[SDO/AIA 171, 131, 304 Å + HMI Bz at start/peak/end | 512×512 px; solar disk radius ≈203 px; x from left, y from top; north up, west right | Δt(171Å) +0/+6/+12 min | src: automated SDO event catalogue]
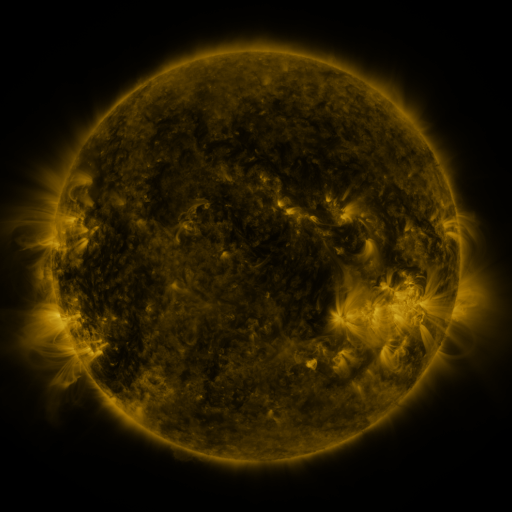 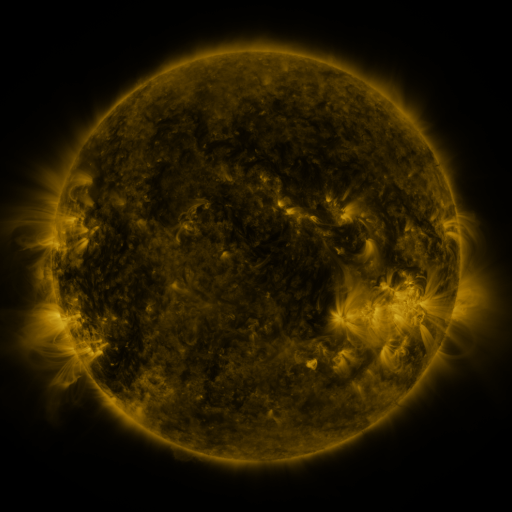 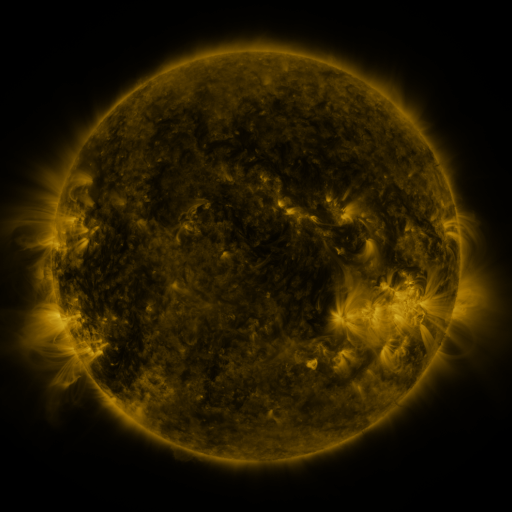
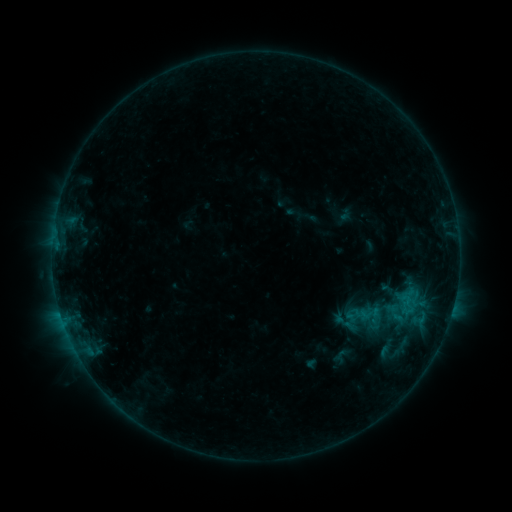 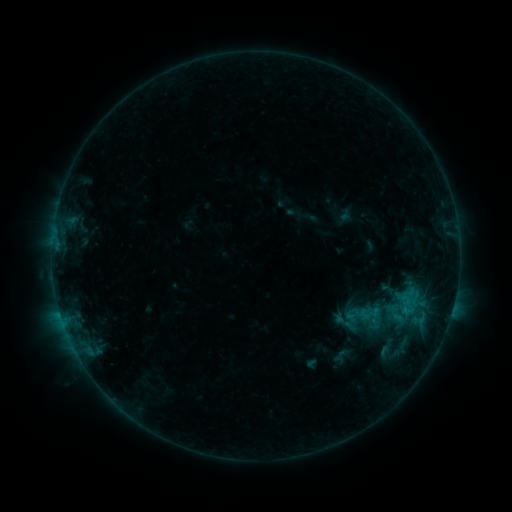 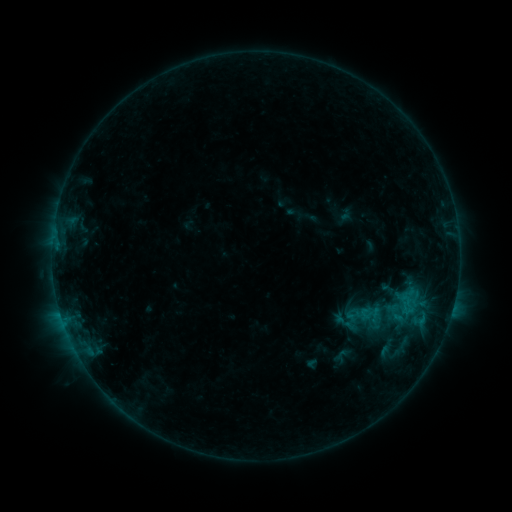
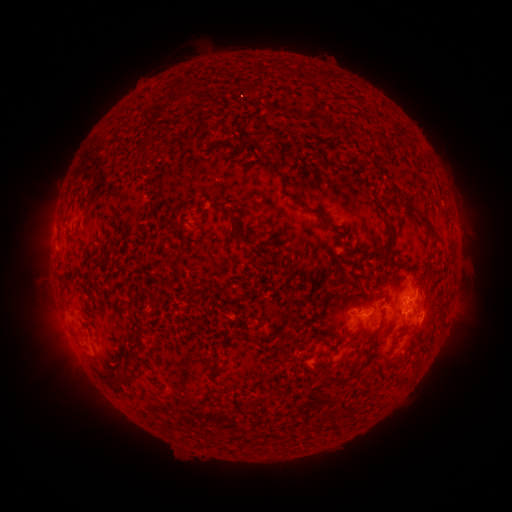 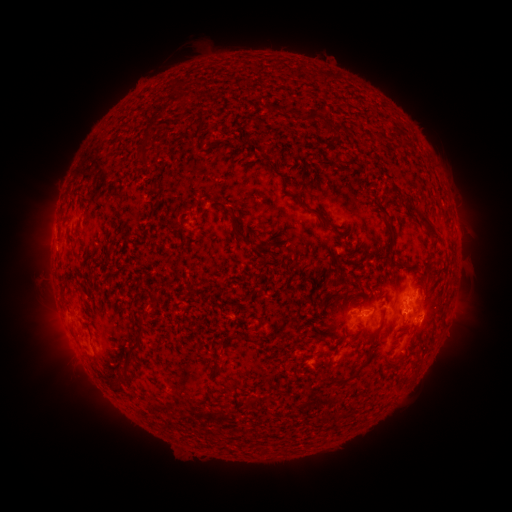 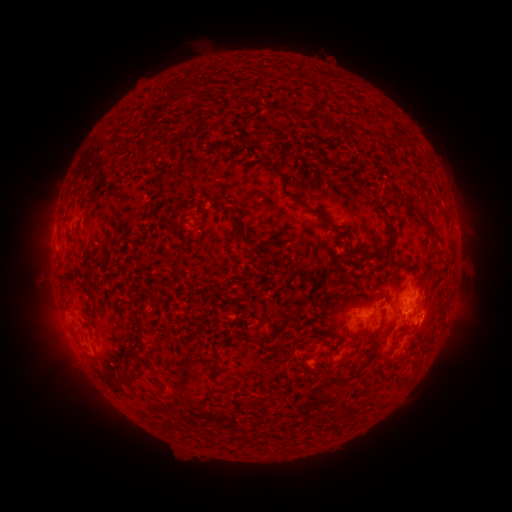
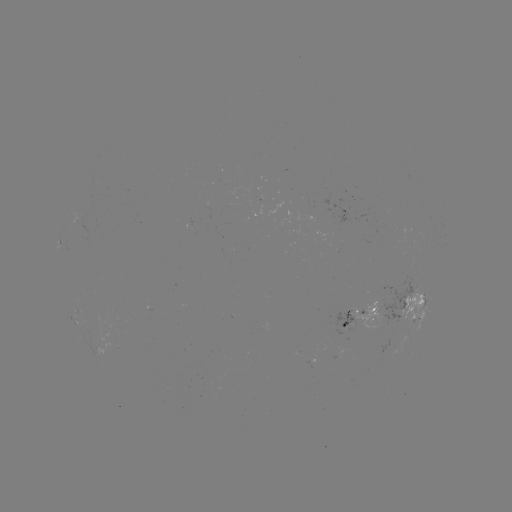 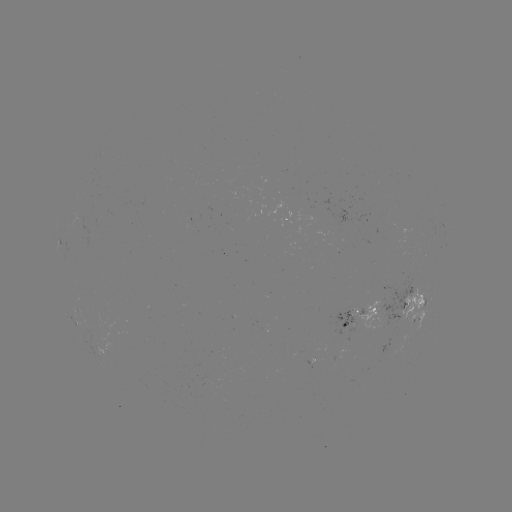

no catalogued flare and no flagged EUV brightening in this window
